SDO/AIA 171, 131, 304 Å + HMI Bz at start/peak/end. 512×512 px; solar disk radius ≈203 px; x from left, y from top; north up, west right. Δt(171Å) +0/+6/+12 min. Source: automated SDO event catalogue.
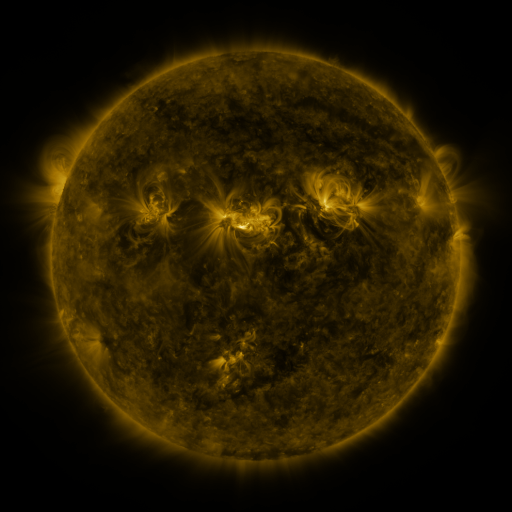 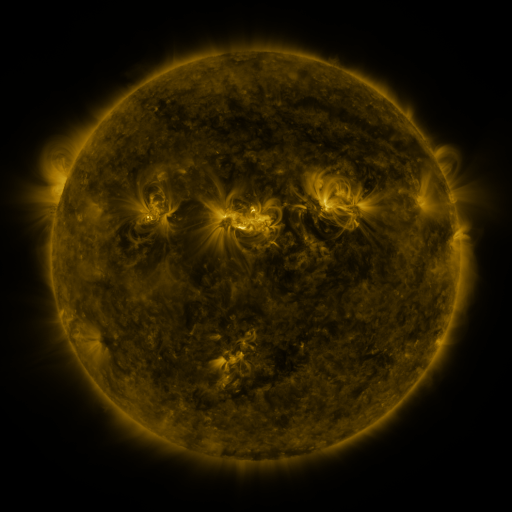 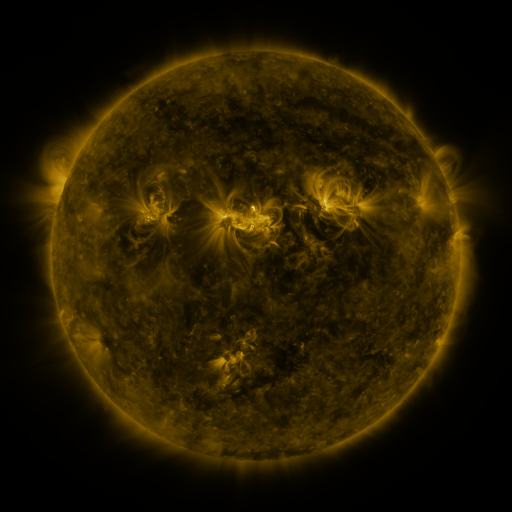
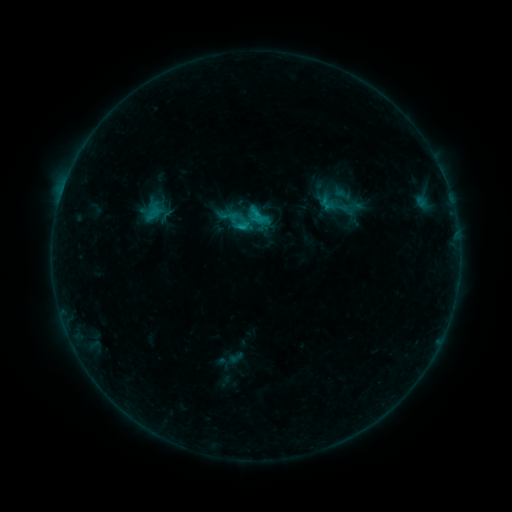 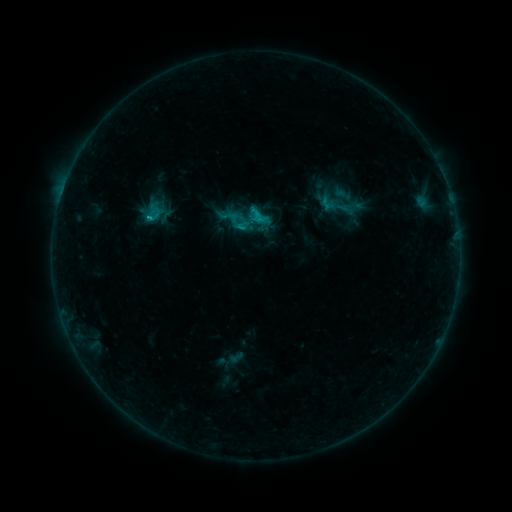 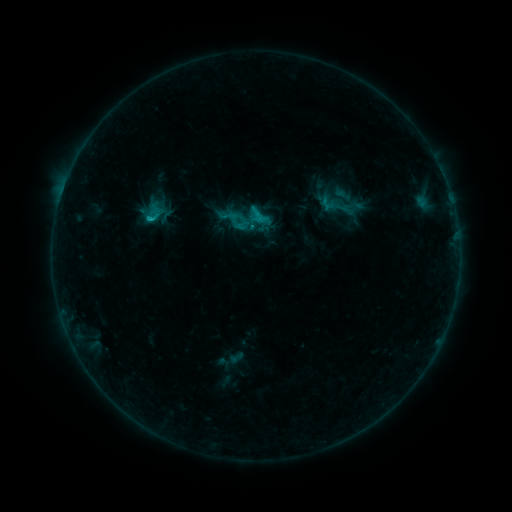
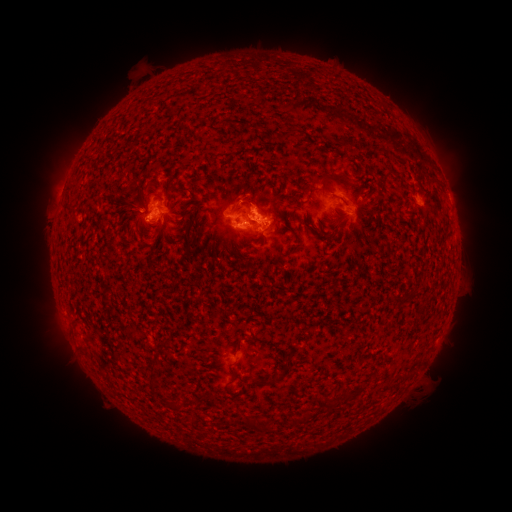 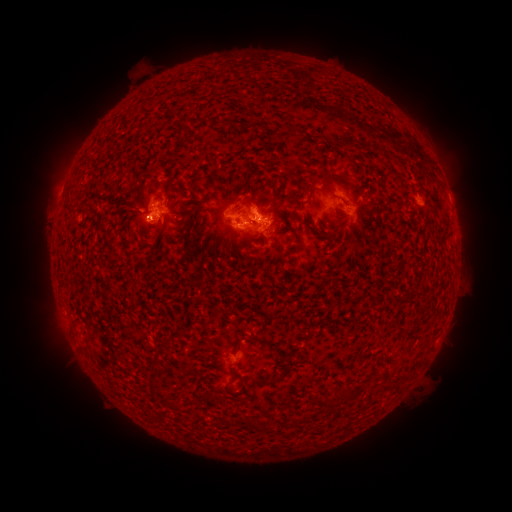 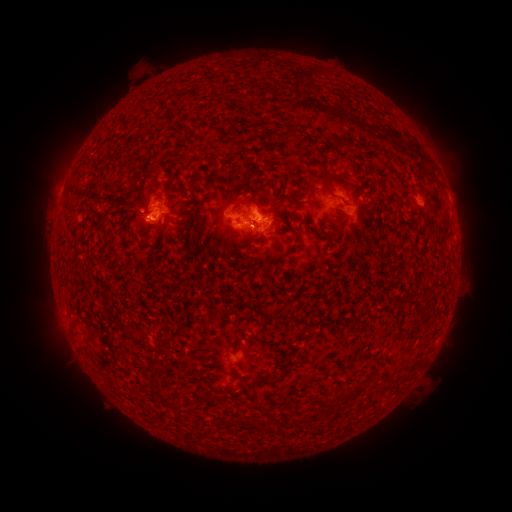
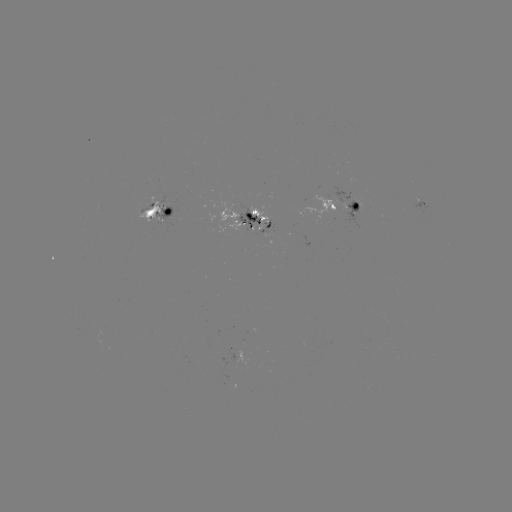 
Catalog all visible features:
C1.4 flare: (151, 220)
